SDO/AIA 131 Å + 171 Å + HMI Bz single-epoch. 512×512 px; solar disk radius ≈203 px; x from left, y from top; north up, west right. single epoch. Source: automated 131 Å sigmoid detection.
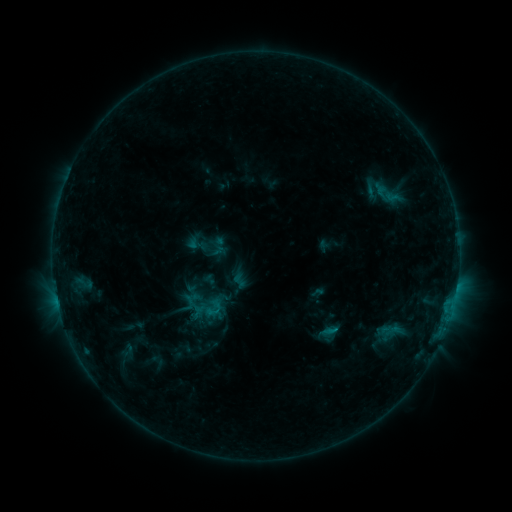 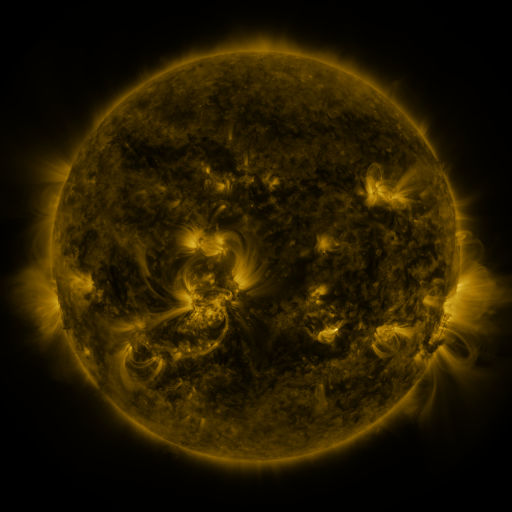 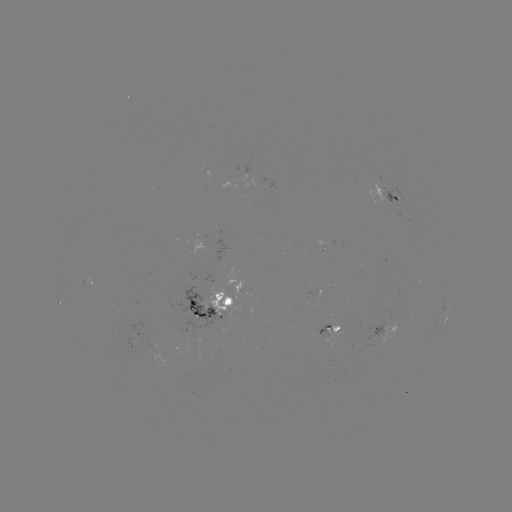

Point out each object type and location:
sigmoid: (197, 243)
sigmoid: (220, 246)
